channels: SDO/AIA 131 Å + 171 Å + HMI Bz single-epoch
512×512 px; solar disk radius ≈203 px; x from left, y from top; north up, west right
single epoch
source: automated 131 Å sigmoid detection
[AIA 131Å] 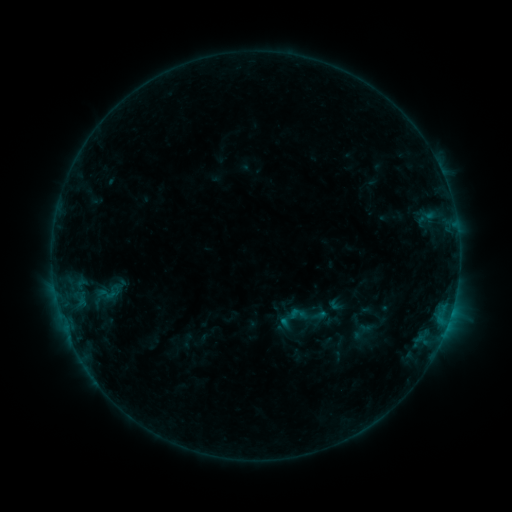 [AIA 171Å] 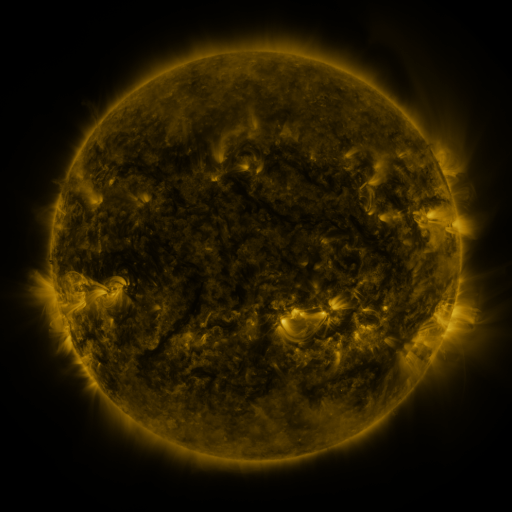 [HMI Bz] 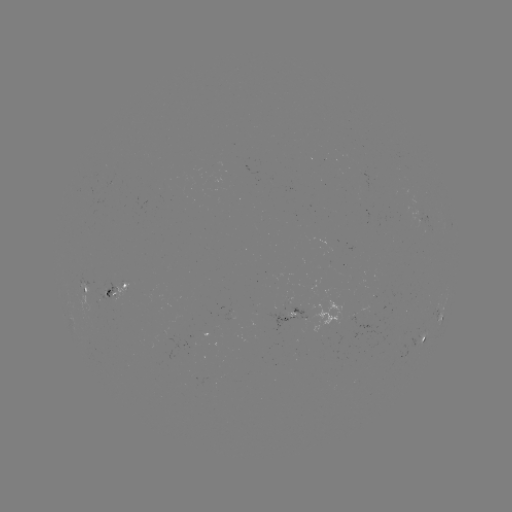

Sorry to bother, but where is sigmoid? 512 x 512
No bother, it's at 107,294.